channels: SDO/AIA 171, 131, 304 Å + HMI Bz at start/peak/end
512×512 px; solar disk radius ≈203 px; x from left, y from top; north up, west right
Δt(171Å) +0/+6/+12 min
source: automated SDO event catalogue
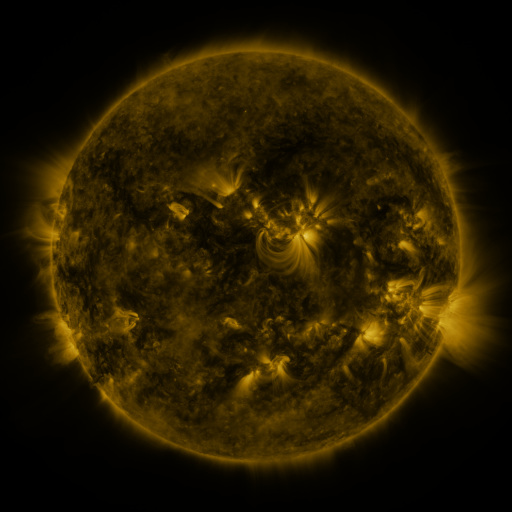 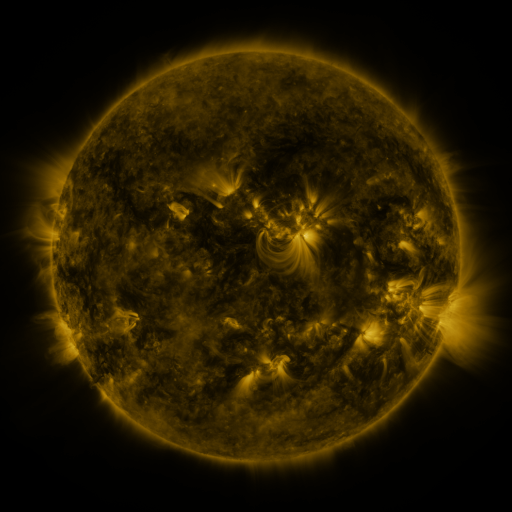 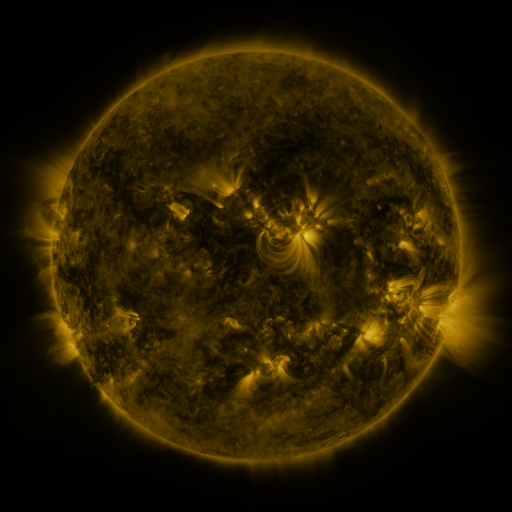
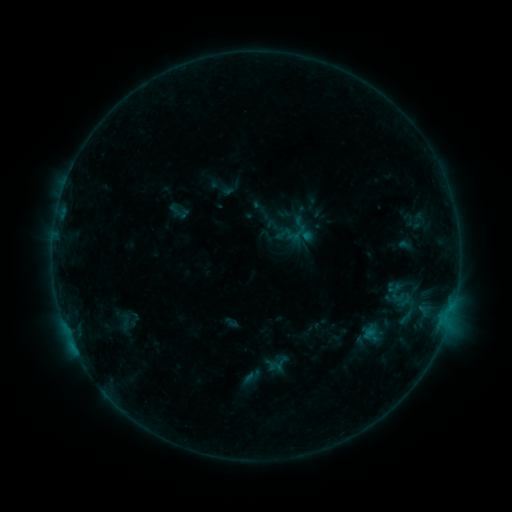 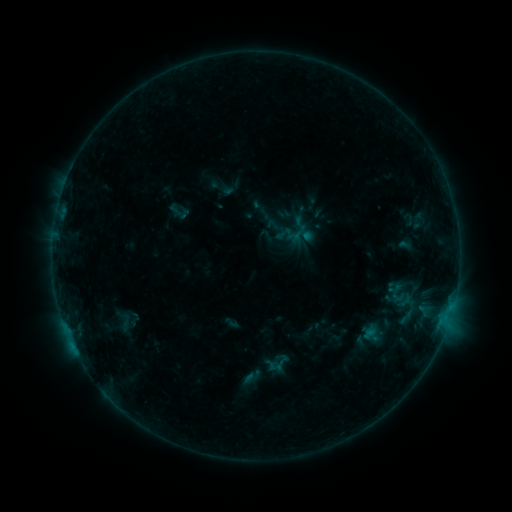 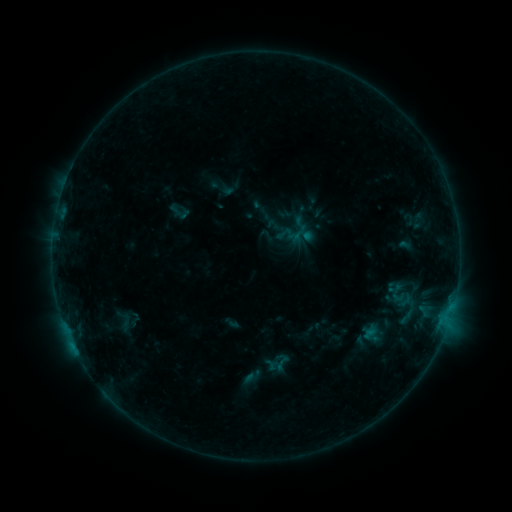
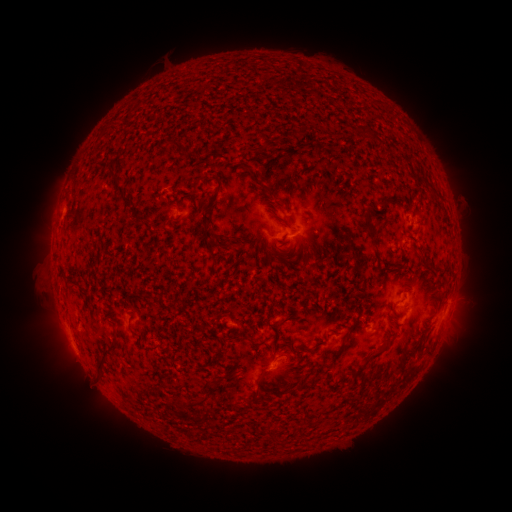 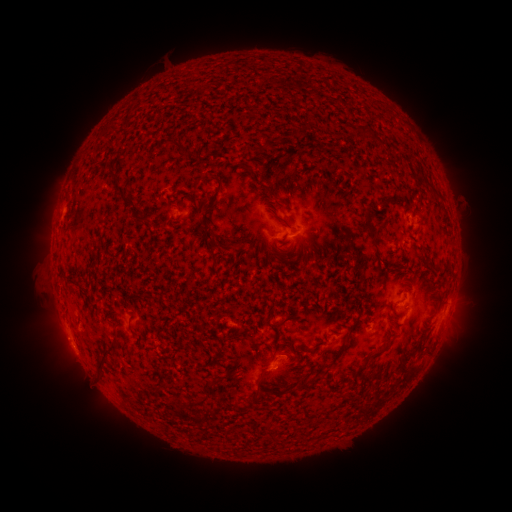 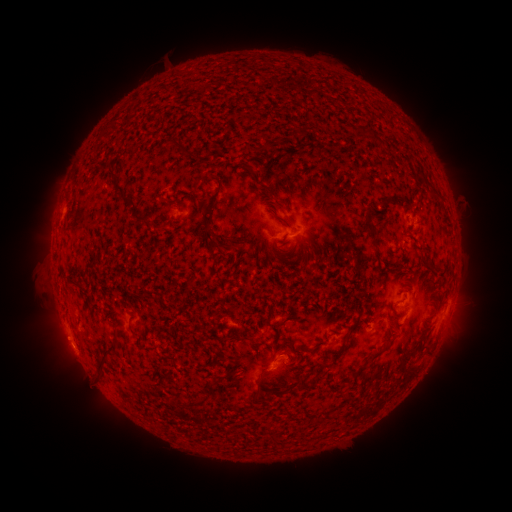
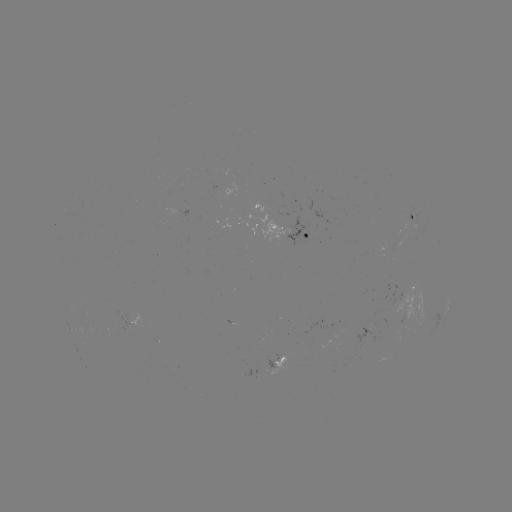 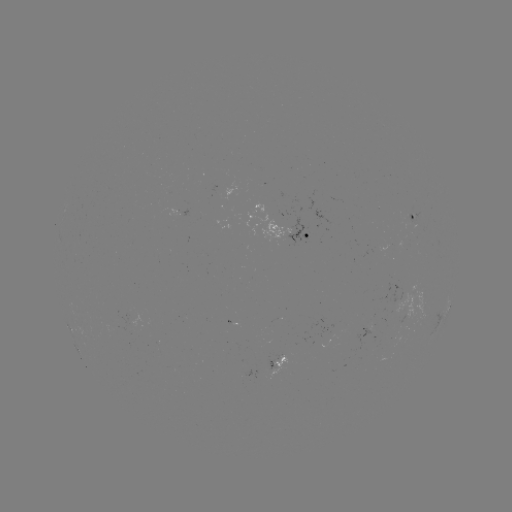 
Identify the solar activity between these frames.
no catalogued flare and no flagged EUV brightening in this window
